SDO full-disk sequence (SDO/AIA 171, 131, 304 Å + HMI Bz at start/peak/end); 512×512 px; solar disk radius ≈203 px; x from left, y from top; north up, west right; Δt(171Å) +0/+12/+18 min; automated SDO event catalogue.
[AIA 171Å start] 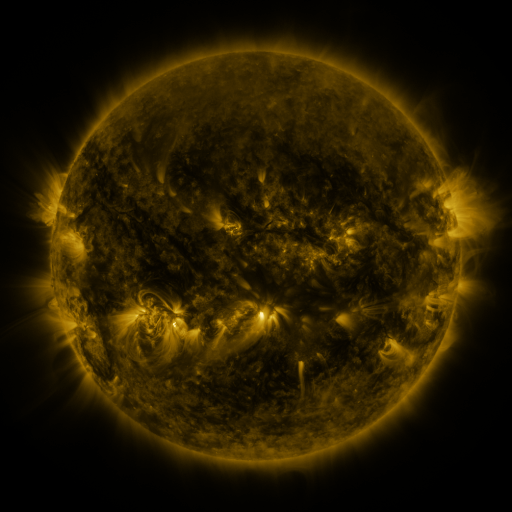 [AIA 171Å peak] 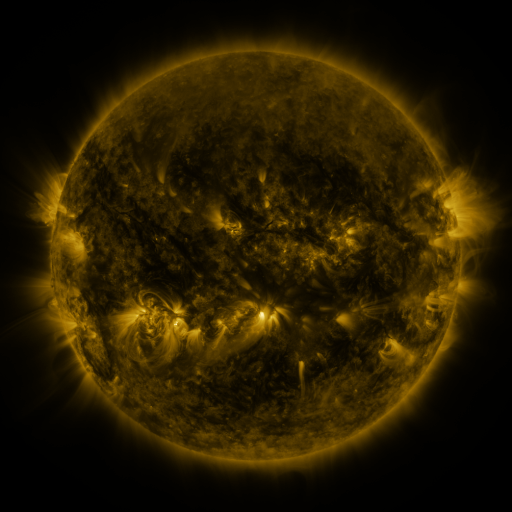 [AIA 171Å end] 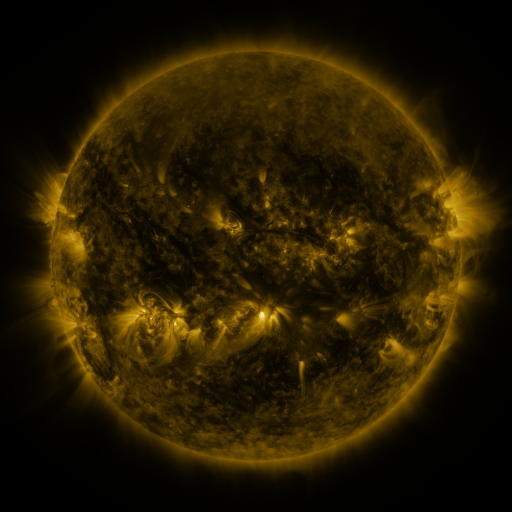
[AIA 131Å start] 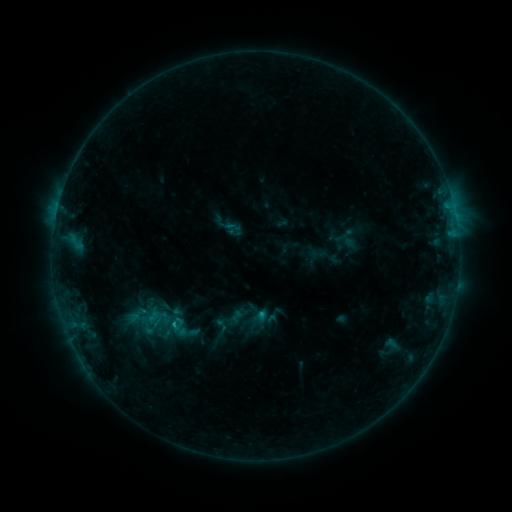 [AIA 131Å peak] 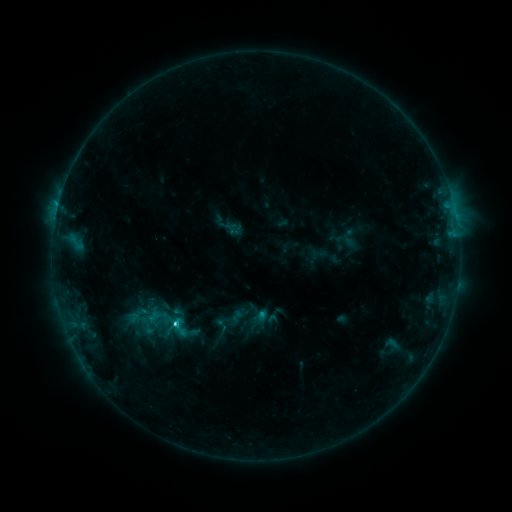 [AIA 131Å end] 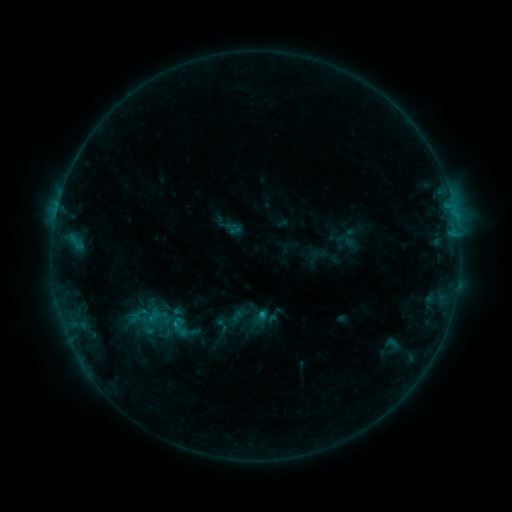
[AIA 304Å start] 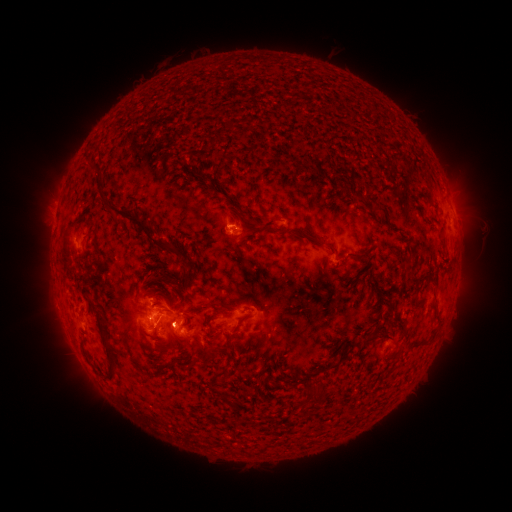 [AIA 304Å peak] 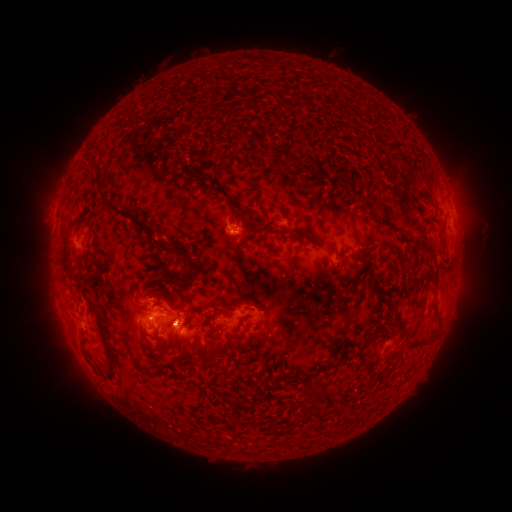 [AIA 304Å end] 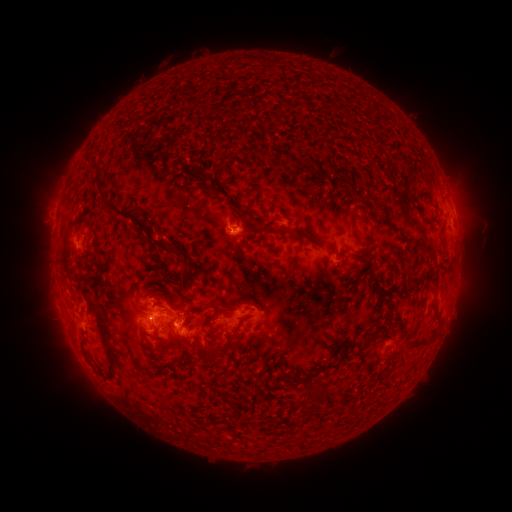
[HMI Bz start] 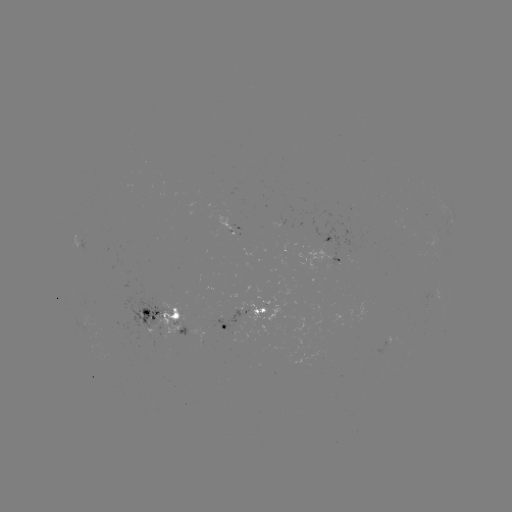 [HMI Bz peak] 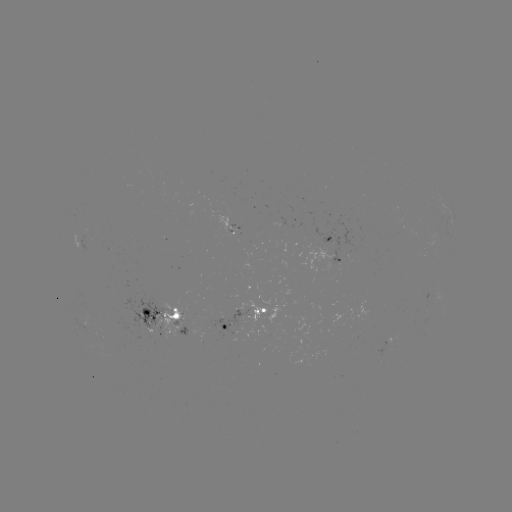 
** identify C1.8 flare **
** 175,323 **